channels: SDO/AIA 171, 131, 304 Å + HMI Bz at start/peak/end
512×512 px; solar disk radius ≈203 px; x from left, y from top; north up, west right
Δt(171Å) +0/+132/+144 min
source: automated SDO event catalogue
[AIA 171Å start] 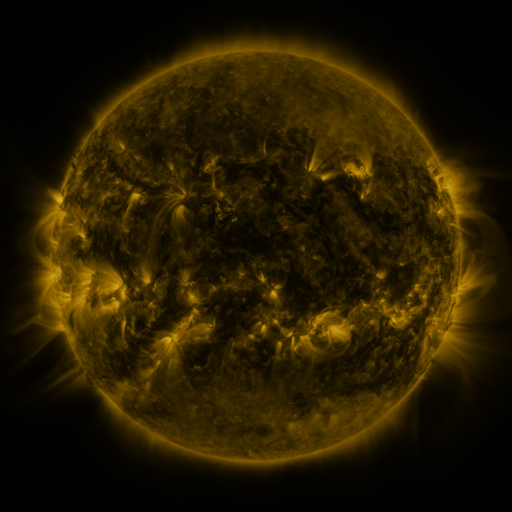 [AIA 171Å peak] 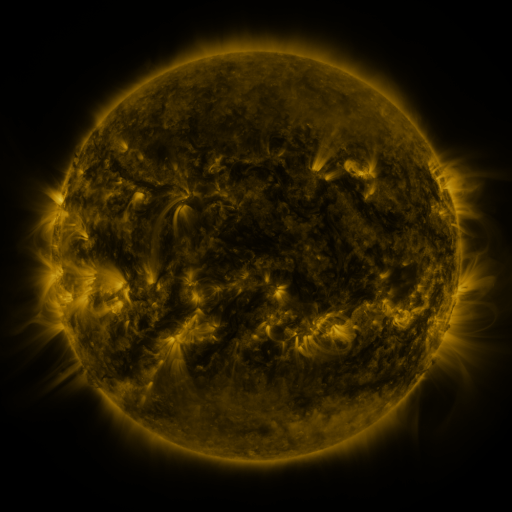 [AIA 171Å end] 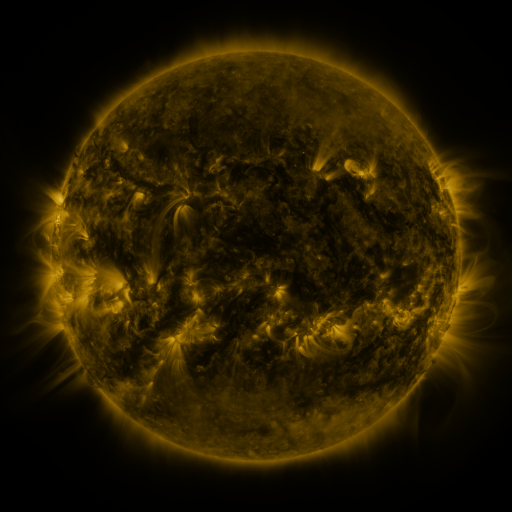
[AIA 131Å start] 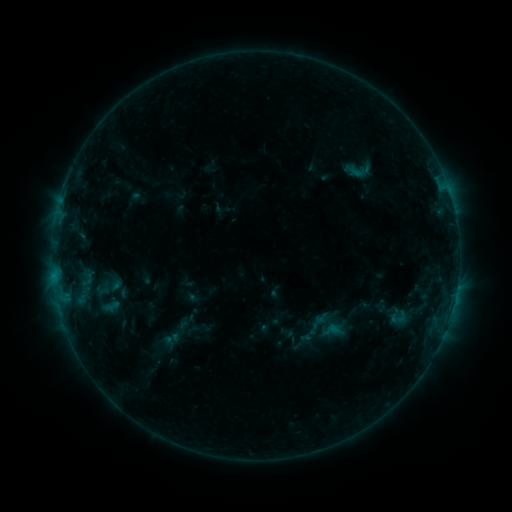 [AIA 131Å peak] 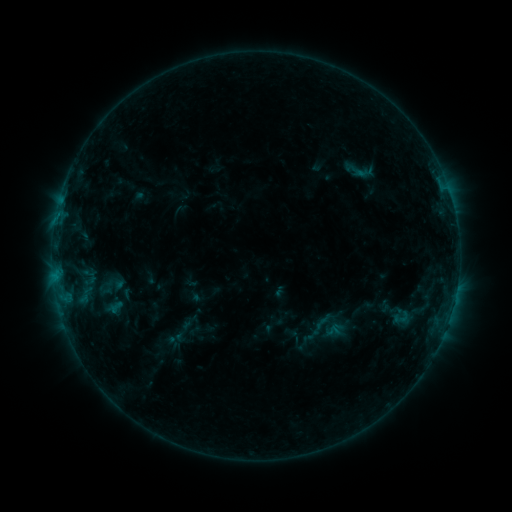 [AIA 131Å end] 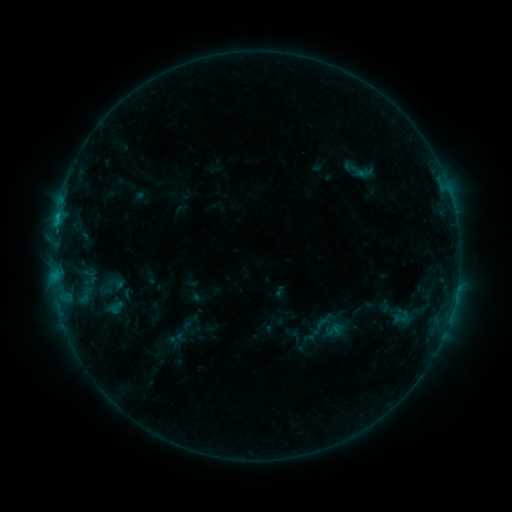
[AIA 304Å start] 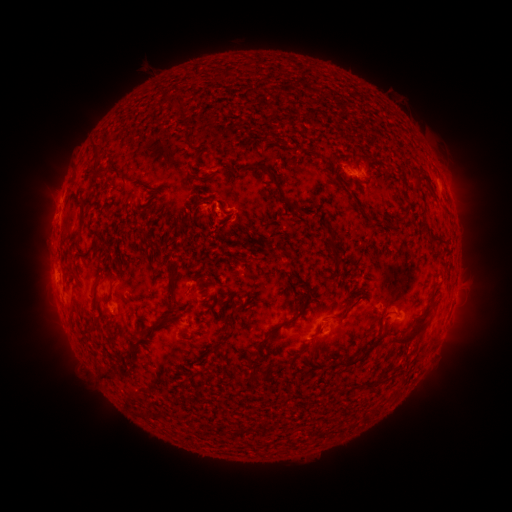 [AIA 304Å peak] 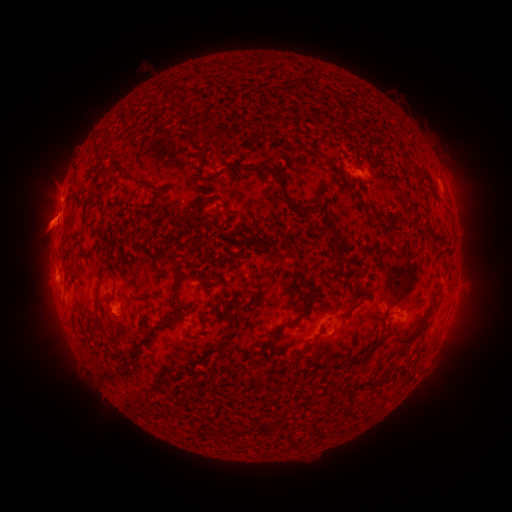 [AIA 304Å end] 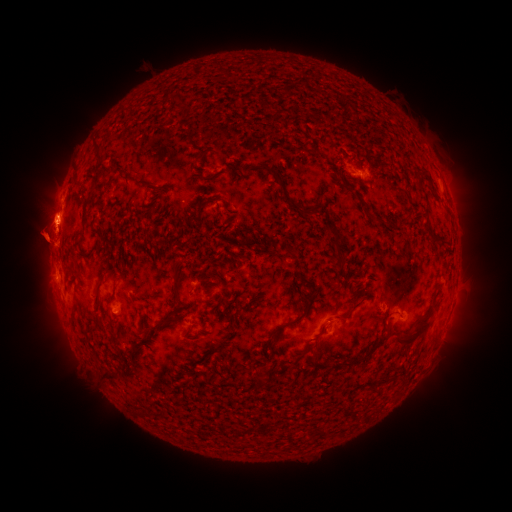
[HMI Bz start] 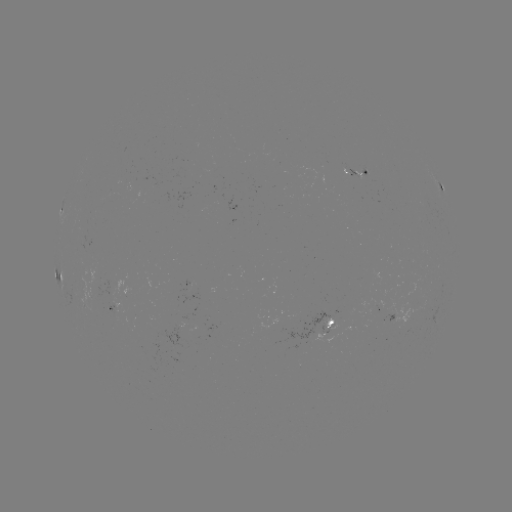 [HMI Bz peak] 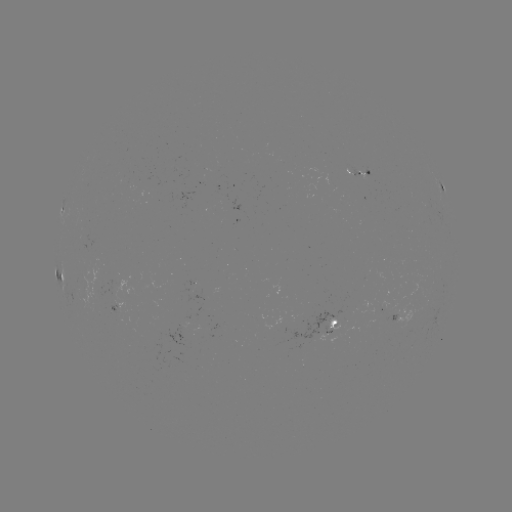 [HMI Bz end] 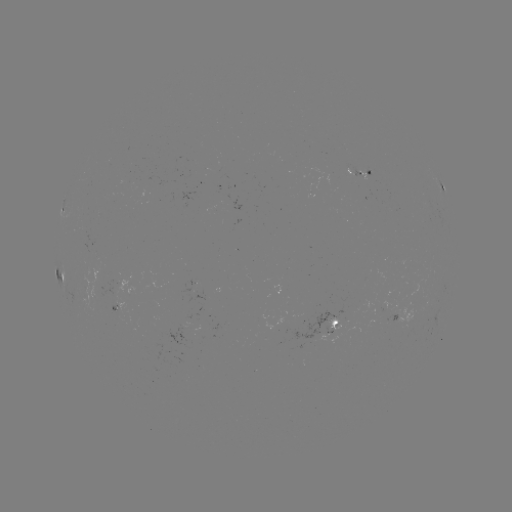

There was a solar emerging-flux region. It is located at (346, 168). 